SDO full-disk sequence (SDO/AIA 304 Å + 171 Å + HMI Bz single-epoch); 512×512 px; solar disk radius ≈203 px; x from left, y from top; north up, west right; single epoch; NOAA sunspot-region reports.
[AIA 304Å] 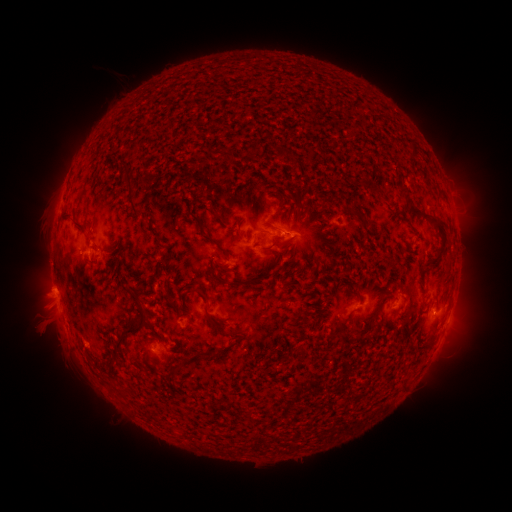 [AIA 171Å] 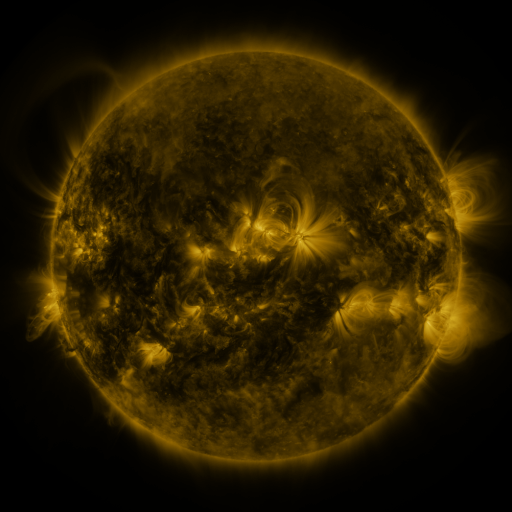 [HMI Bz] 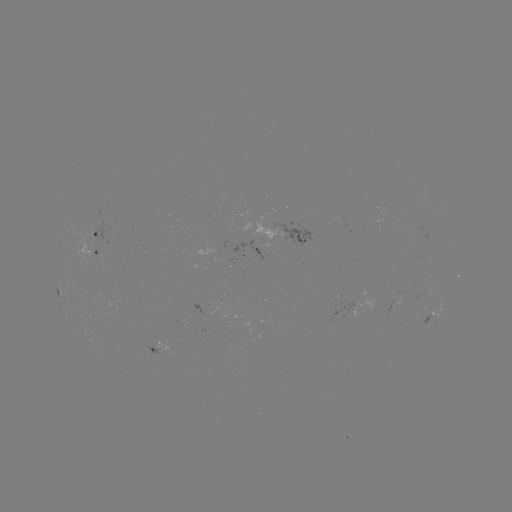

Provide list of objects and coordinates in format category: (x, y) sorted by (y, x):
spotted active region: (304, 234)
spotted active region: (100, 236)
spotted active region: (93, 253)
spotted active region: (437, 311)
spotted active region: (160, 348)
